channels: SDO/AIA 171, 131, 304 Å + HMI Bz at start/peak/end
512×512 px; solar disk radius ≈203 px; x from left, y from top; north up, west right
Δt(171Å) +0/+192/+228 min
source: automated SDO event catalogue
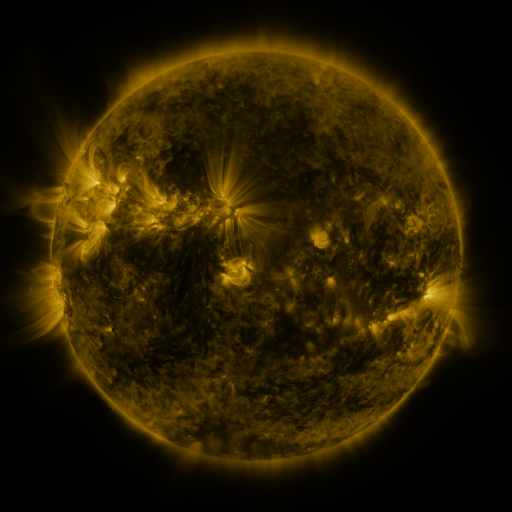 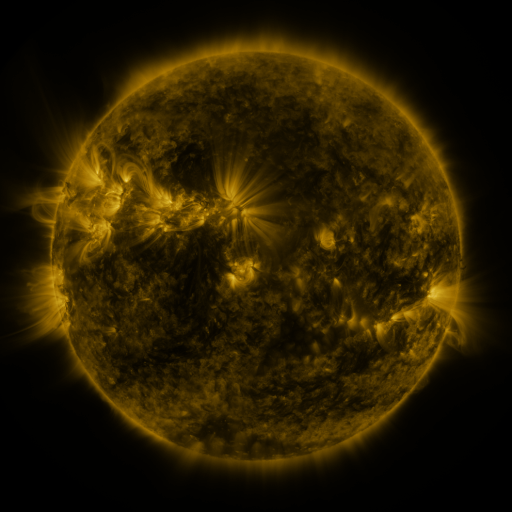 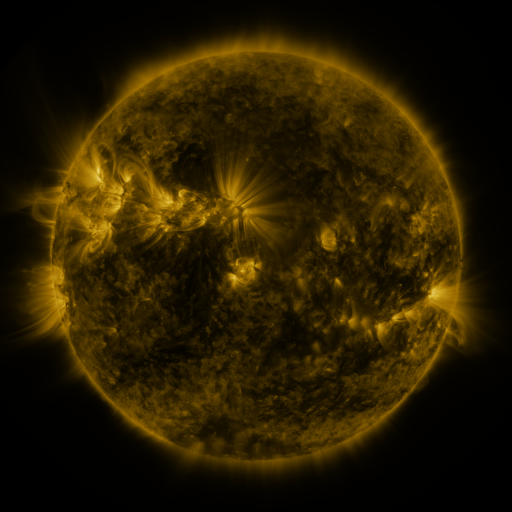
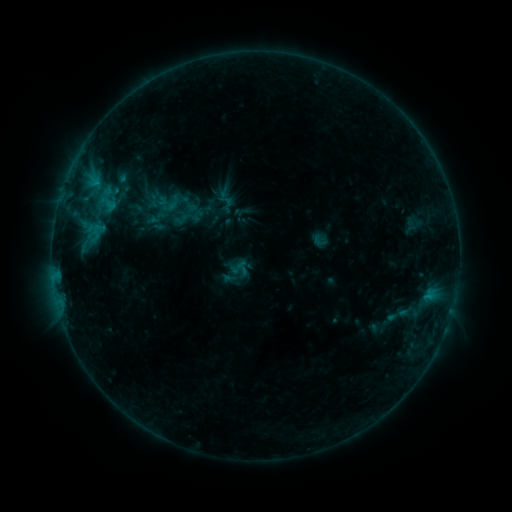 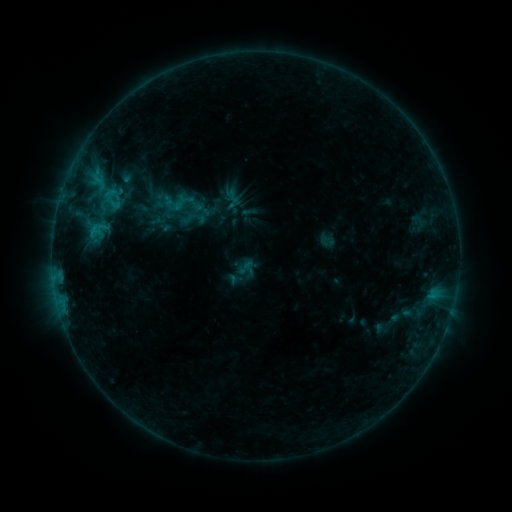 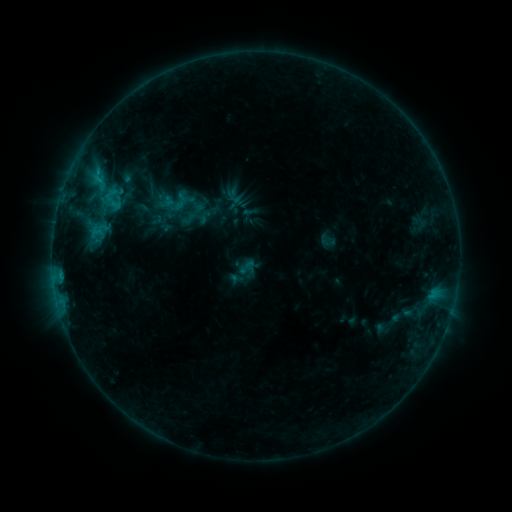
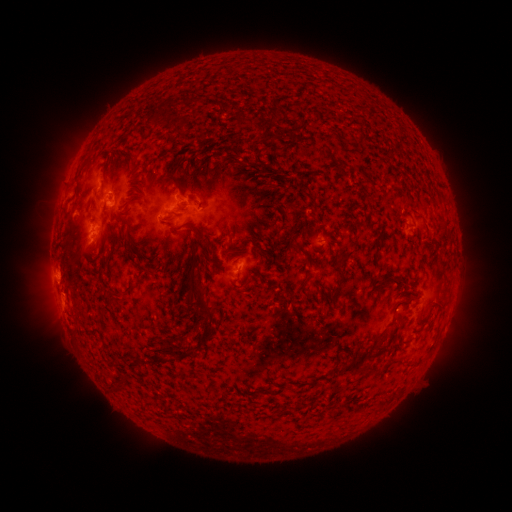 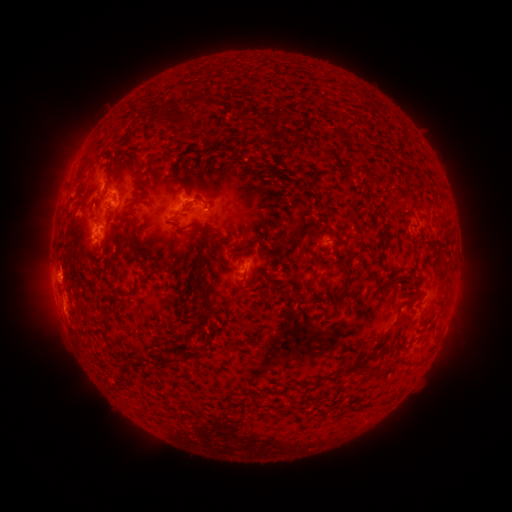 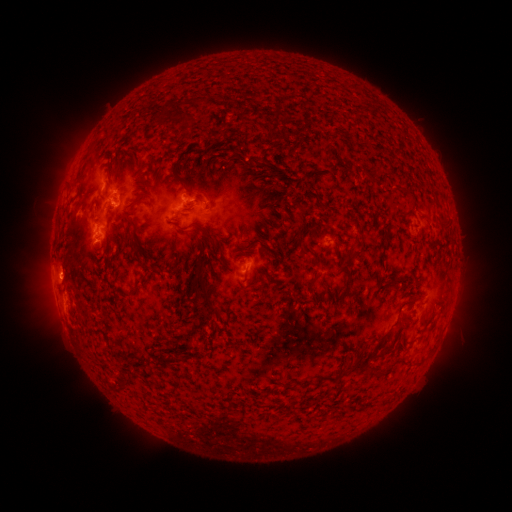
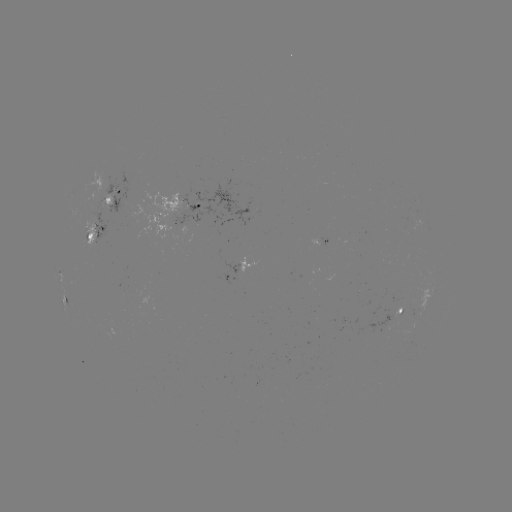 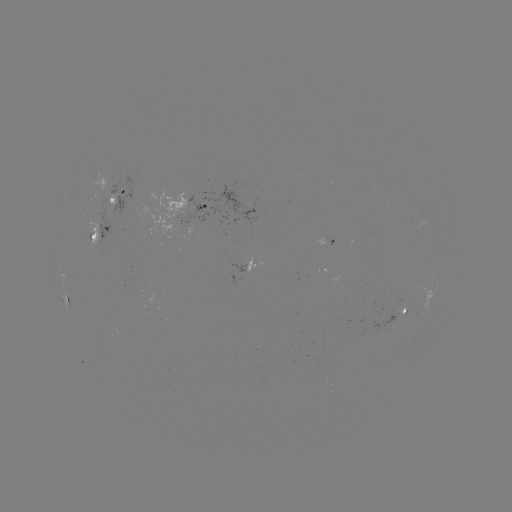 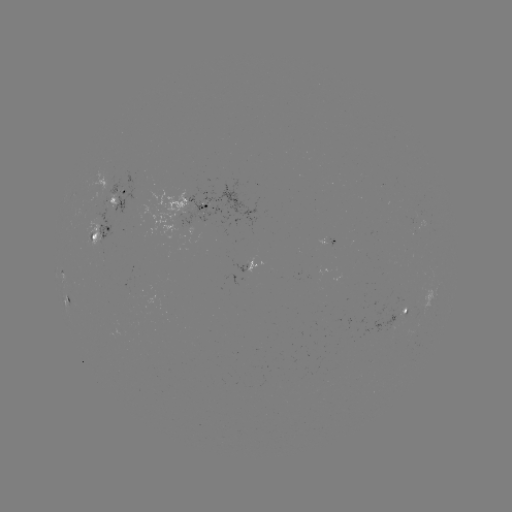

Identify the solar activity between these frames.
emerging-flux region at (106, 181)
